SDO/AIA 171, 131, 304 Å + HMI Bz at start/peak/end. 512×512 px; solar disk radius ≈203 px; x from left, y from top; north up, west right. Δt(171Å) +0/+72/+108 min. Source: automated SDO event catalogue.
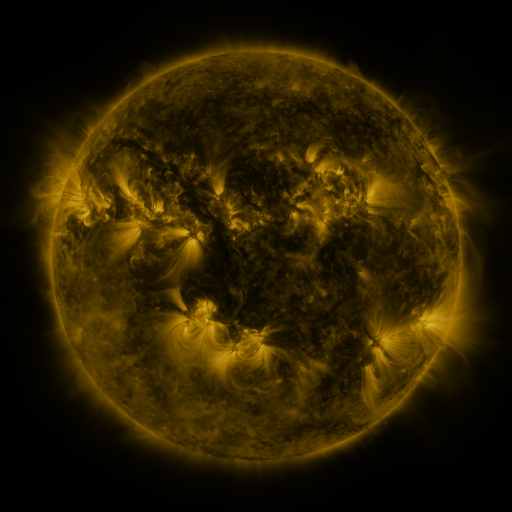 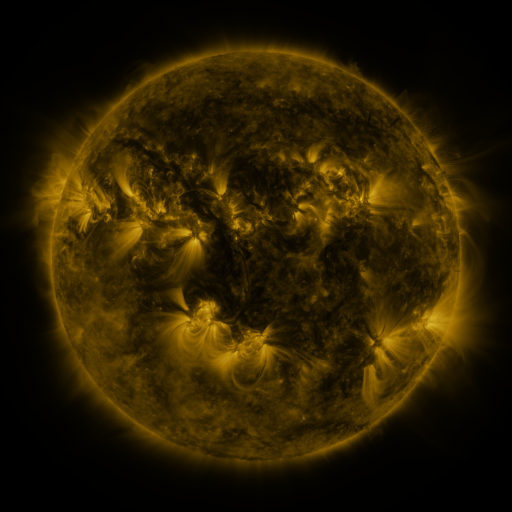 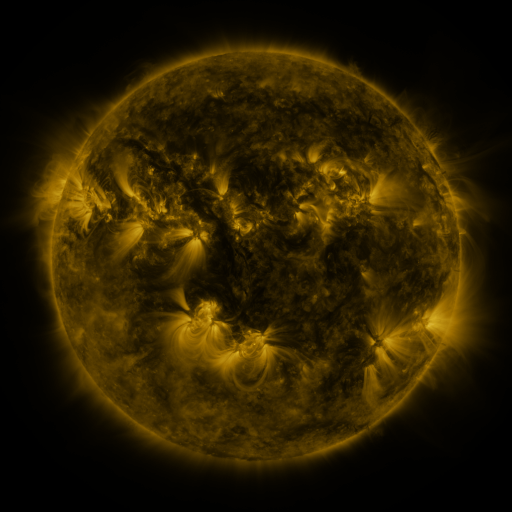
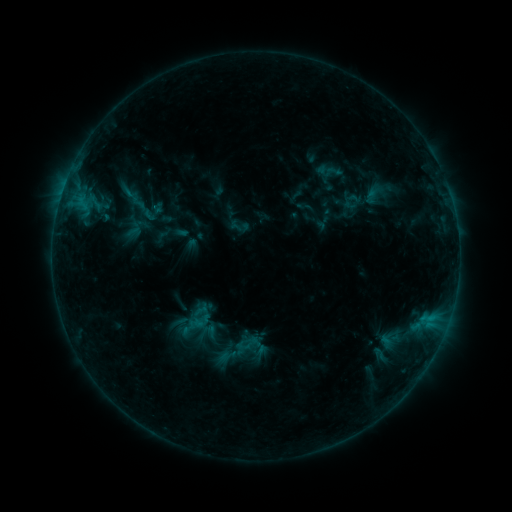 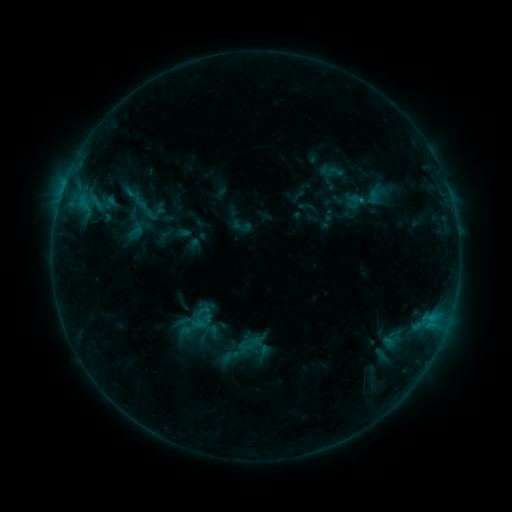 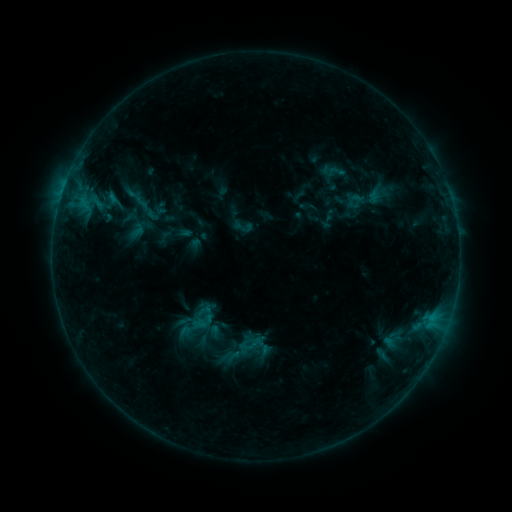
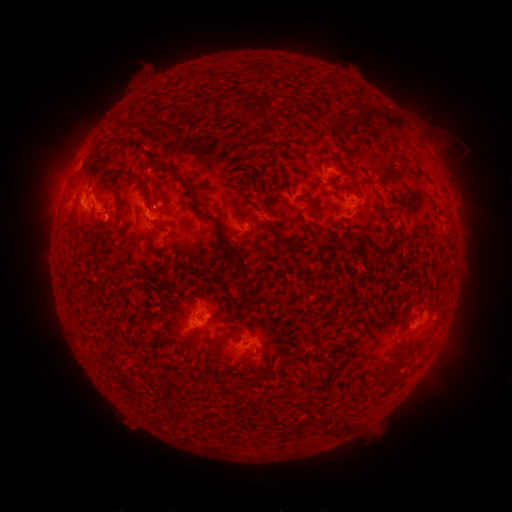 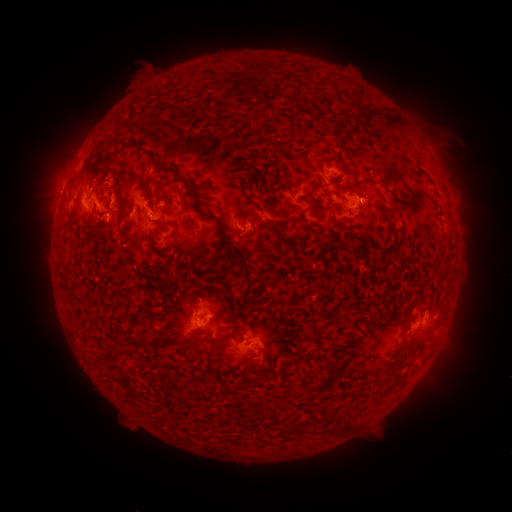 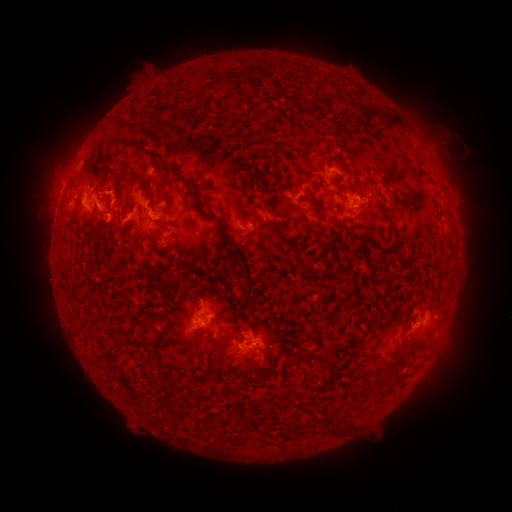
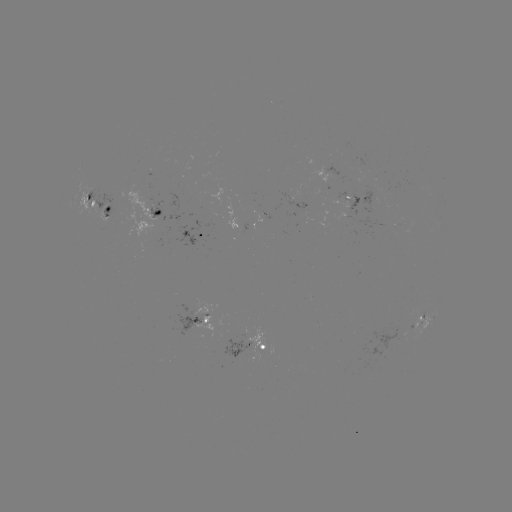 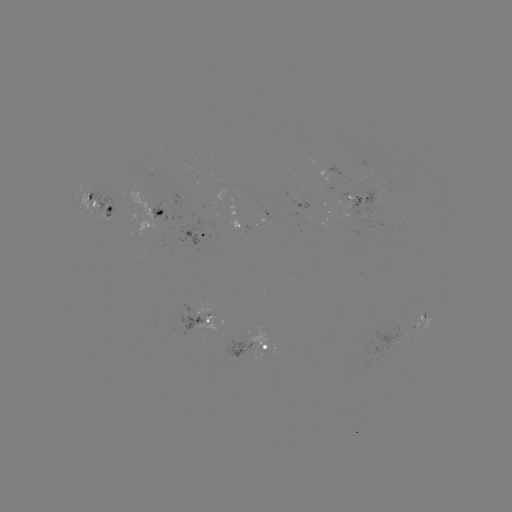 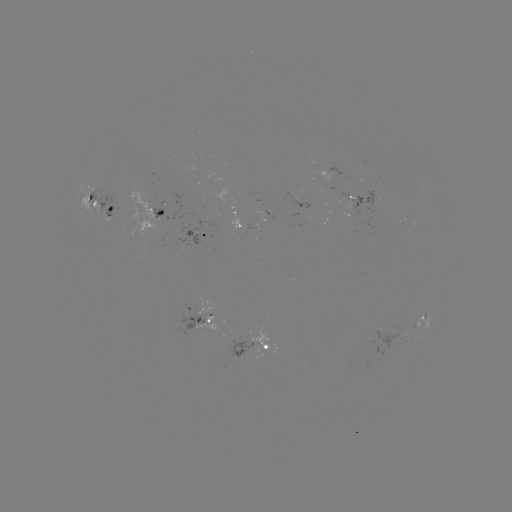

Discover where emerging-flux region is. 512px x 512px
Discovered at (356, 201).